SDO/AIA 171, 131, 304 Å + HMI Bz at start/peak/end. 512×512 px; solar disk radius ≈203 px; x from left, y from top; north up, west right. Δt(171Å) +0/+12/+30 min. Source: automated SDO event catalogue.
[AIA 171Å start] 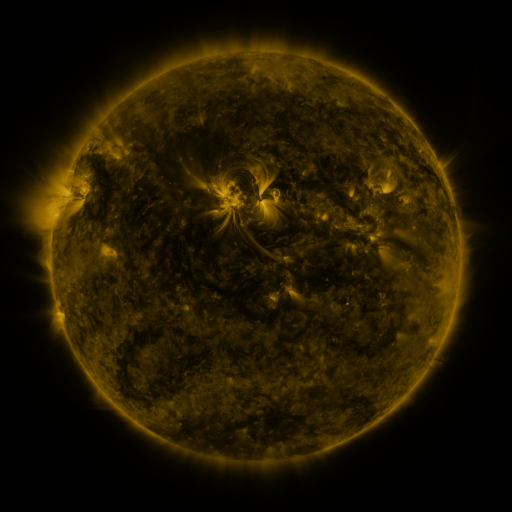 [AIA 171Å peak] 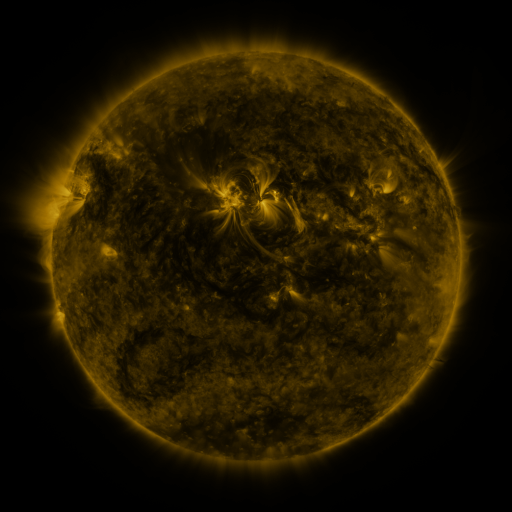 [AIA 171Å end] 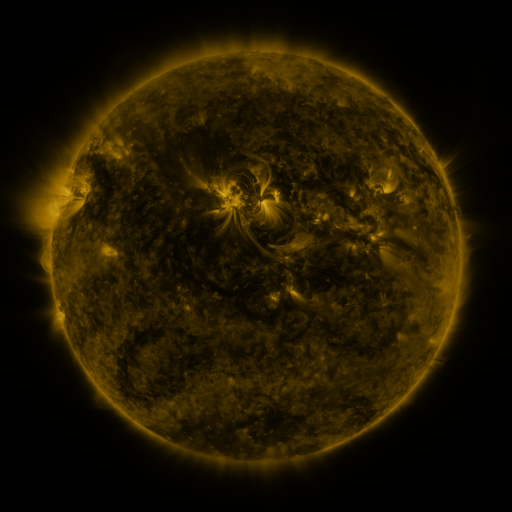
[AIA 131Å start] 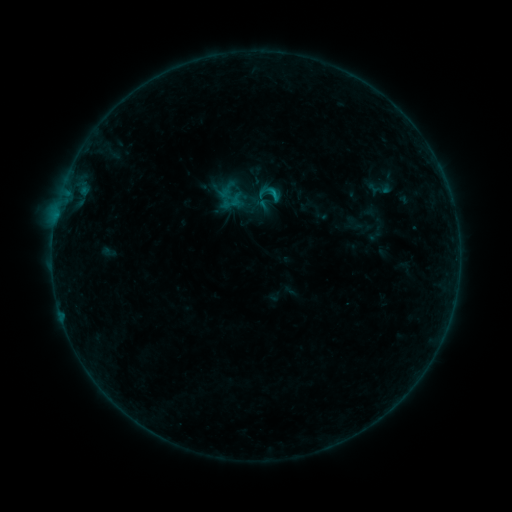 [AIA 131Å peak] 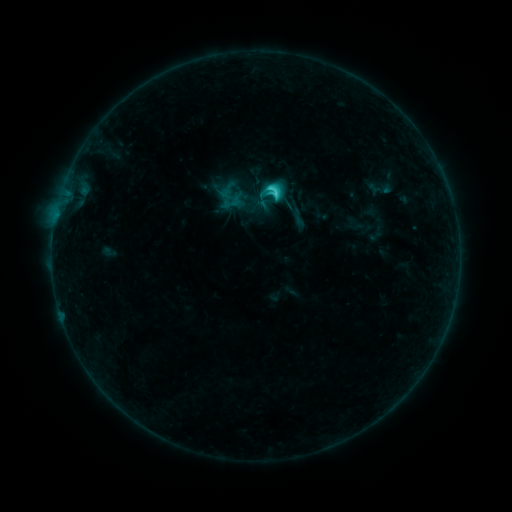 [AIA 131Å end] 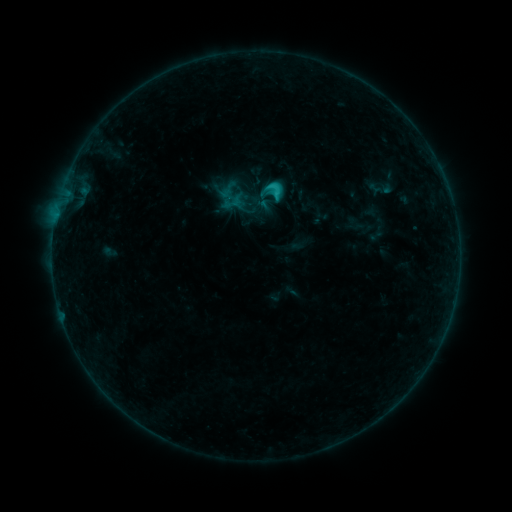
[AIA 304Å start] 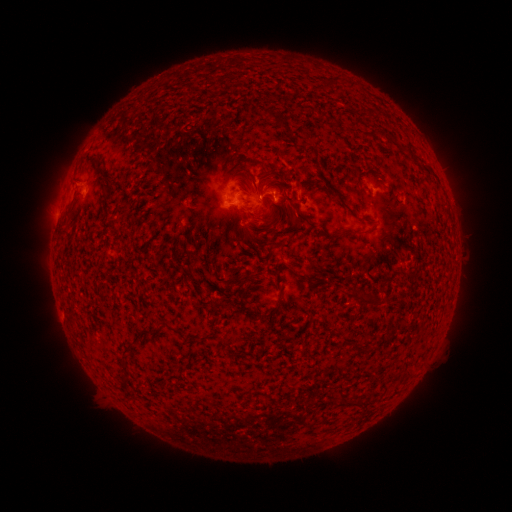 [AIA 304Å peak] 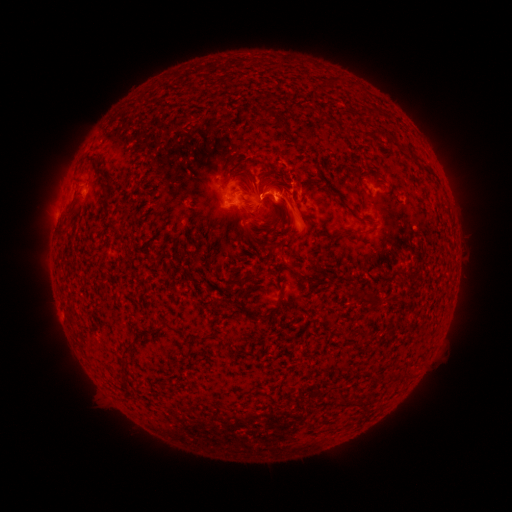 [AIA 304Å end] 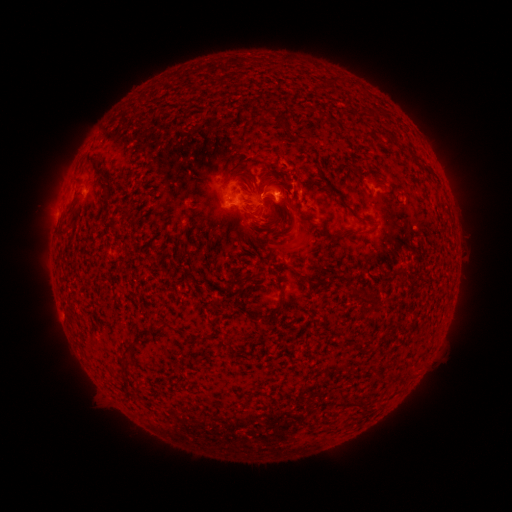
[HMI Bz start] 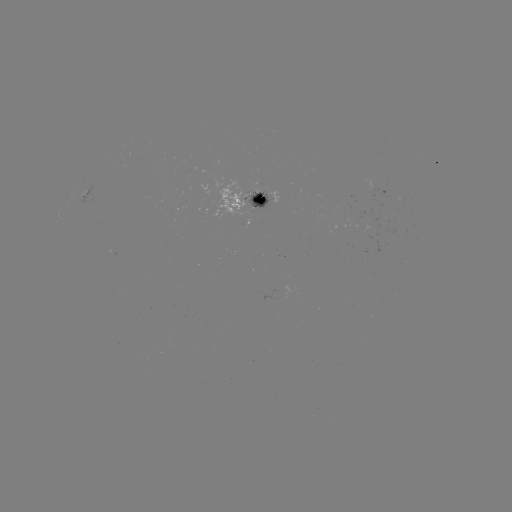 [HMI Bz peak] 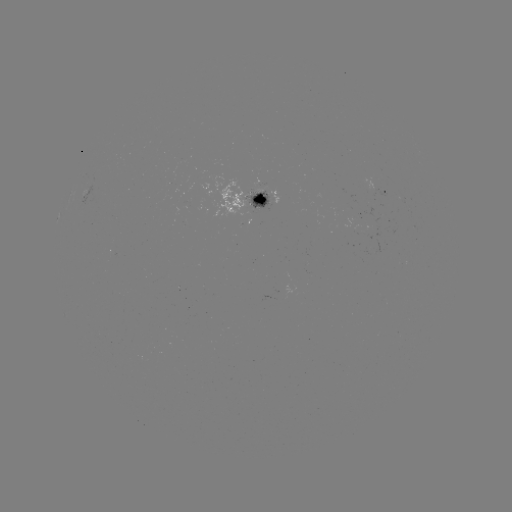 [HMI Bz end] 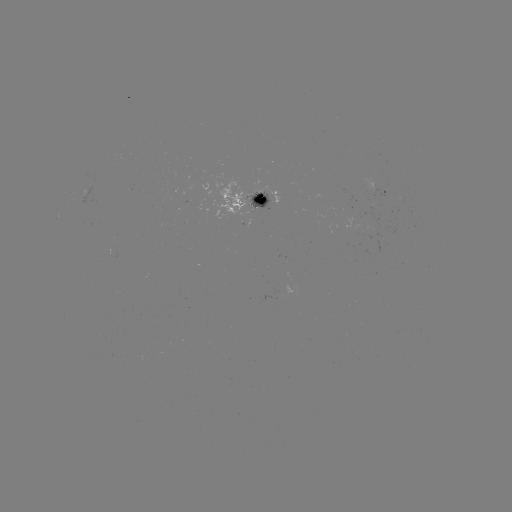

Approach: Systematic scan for eruption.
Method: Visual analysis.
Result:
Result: eruption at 296,224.